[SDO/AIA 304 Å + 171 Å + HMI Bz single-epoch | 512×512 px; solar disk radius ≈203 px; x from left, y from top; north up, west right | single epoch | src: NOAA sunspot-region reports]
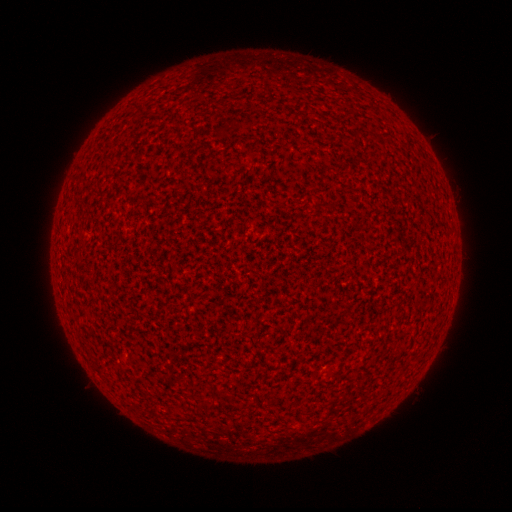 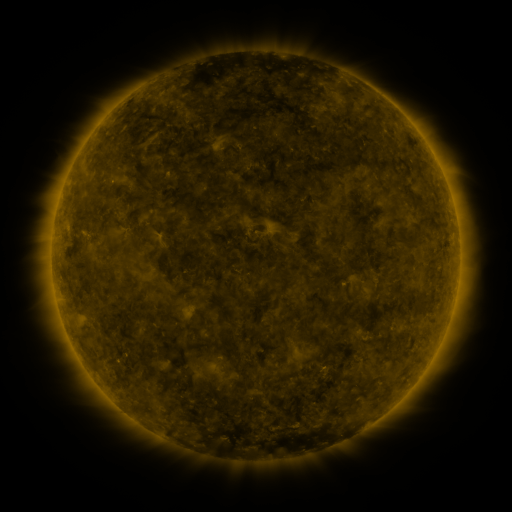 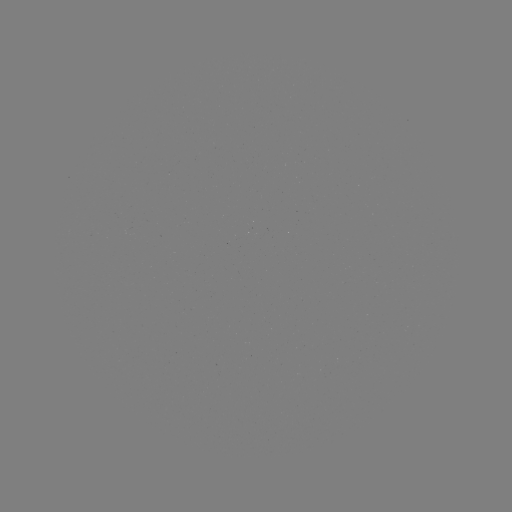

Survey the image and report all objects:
(none)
